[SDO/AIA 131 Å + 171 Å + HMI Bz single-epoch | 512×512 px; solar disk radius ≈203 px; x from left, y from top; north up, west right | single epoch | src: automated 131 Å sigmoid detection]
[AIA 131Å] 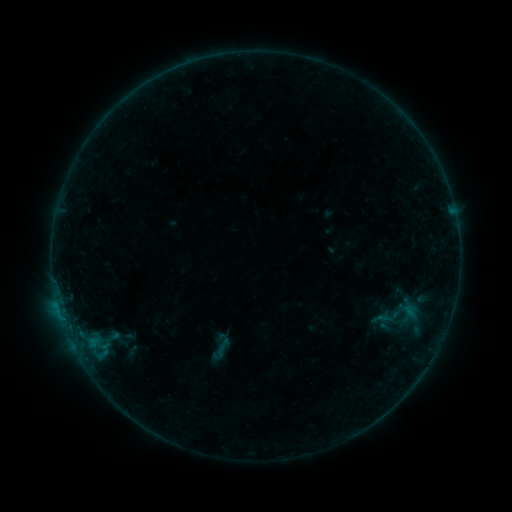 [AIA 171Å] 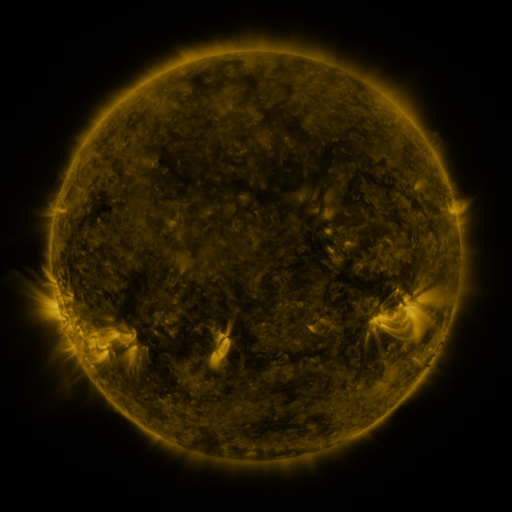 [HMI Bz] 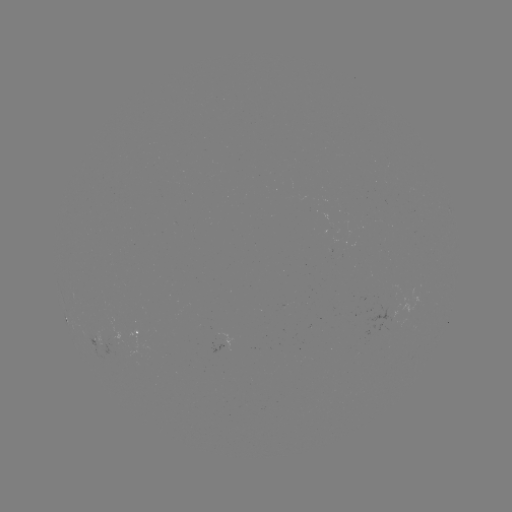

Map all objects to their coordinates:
sigmoid: (207, 331, 236, 357)
